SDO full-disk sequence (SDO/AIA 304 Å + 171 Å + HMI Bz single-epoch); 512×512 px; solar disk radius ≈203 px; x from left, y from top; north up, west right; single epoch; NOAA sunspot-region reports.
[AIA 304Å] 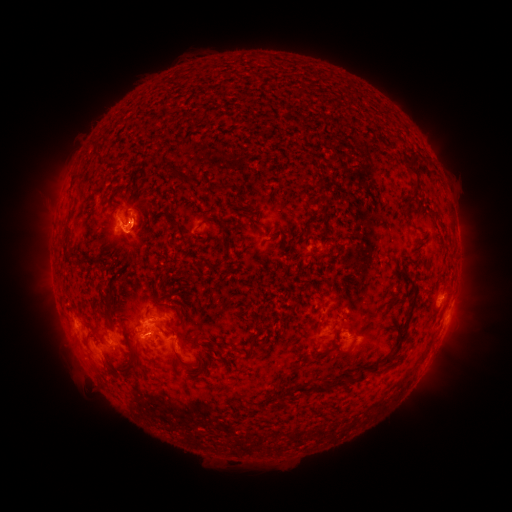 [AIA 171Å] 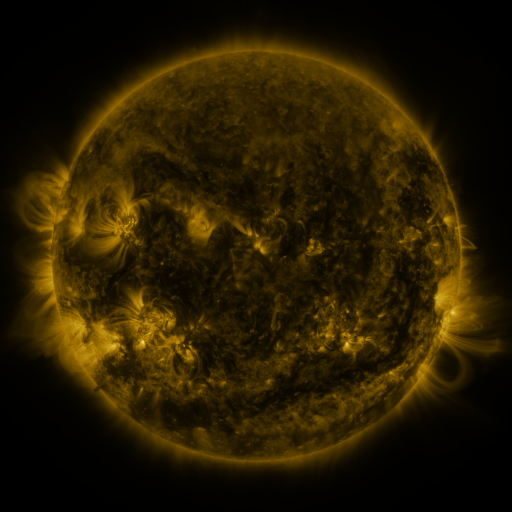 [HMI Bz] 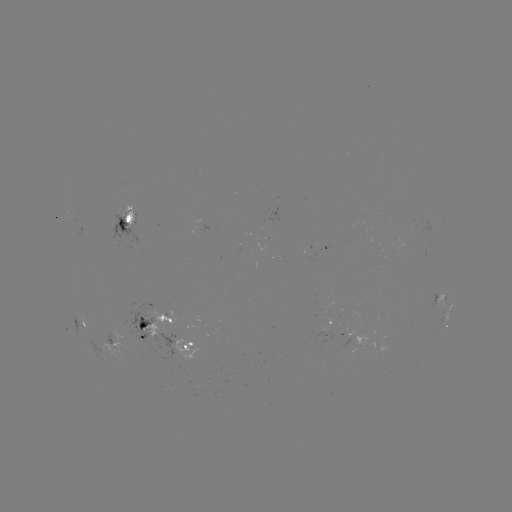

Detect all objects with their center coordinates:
spotted active region: (130, 219)
spotted active region: (325, 251)
spotted active region: (441, 300)
spotted active region: (450, 311)
spotted active region: (78, 322)
spotted active region: (154, 326)
spotted active region: (329, 331)
spotted active region: (111, 340)
spotted active region: (193, 348)
